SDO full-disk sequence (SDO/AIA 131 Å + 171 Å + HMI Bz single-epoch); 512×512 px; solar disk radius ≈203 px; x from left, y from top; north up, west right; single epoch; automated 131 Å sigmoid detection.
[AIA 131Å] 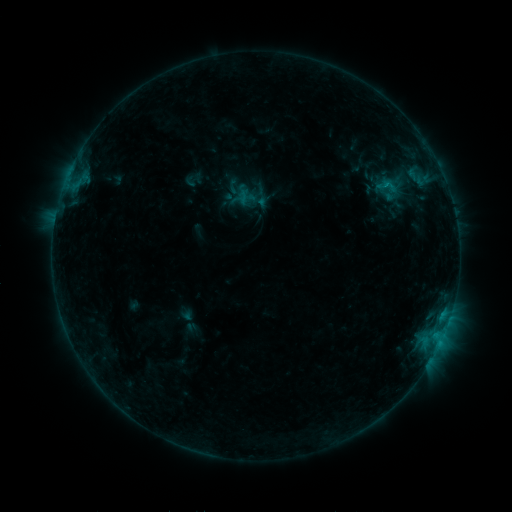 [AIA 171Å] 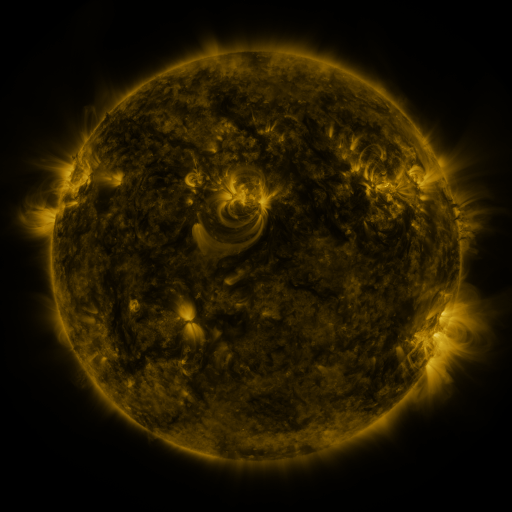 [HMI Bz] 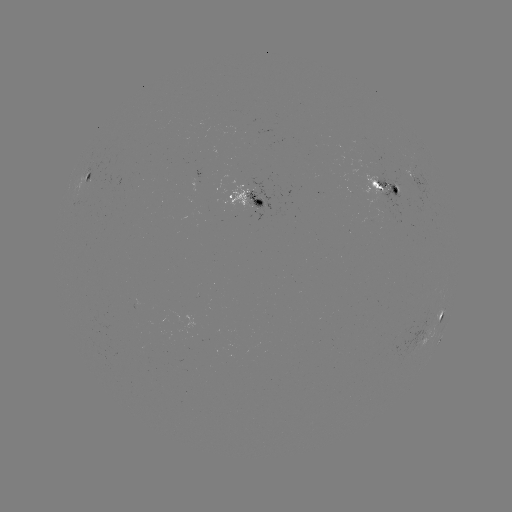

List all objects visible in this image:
sigmoid: <bbox>372, 174, 402, 198</bbox>
